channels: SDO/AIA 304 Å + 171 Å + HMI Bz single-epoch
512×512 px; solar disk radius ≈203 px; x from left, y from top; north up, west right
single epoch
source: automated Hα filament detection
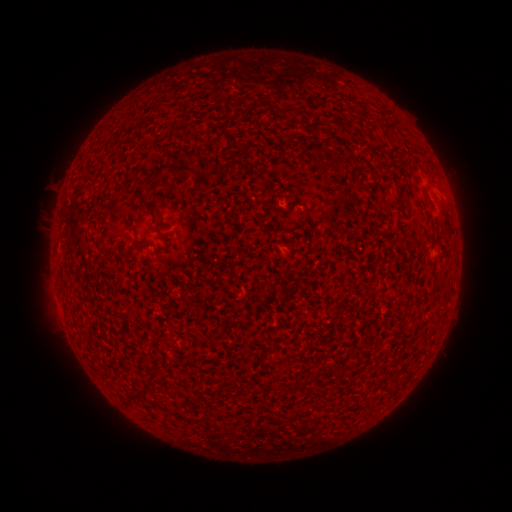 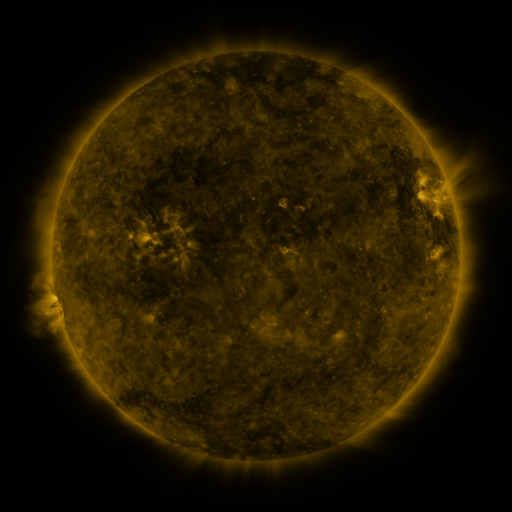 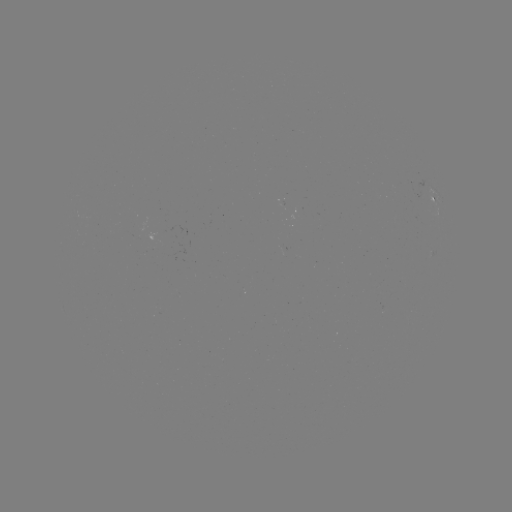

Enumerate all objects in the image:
filament: [287, 106, 303, 114]
filament: [140, 163, 197, 188]
filament: [422, 168, 431, 177]
filament: [356, 180, 366, 188]
filament: [143, 201, 160, 219]
filament: [123, 222, 140, 242]
filament: [297, 376, 308, 389]
filament: [130, 392, 151, 402]
filament: [162, 402, 190, 422]
